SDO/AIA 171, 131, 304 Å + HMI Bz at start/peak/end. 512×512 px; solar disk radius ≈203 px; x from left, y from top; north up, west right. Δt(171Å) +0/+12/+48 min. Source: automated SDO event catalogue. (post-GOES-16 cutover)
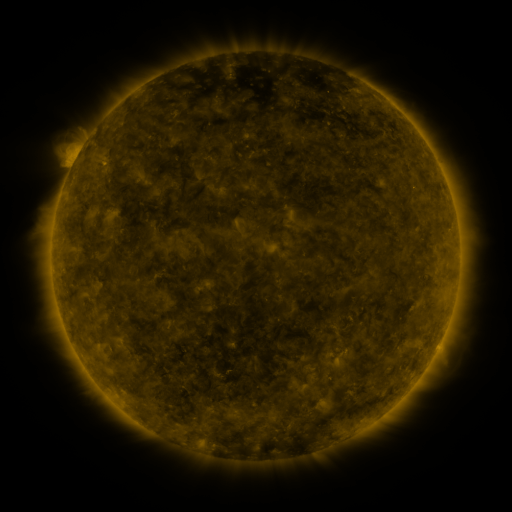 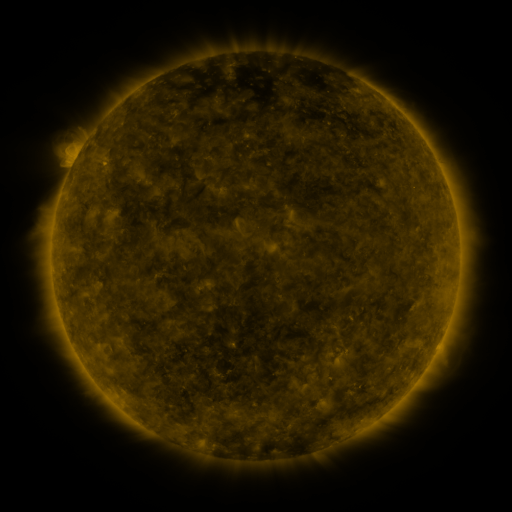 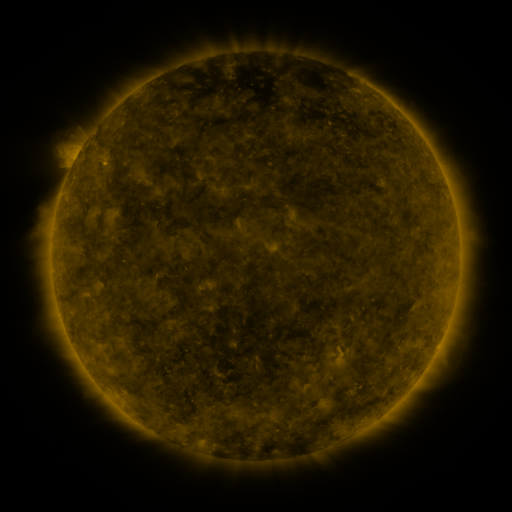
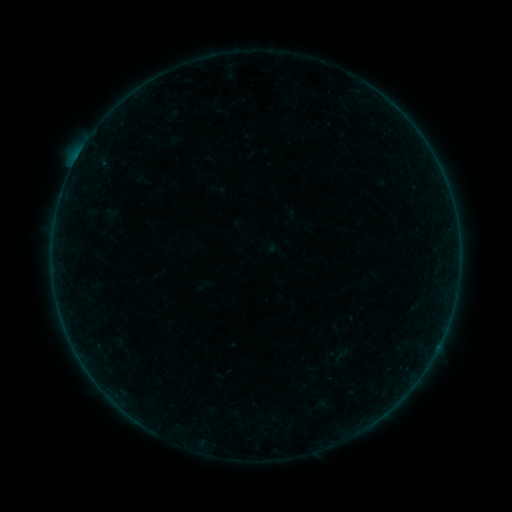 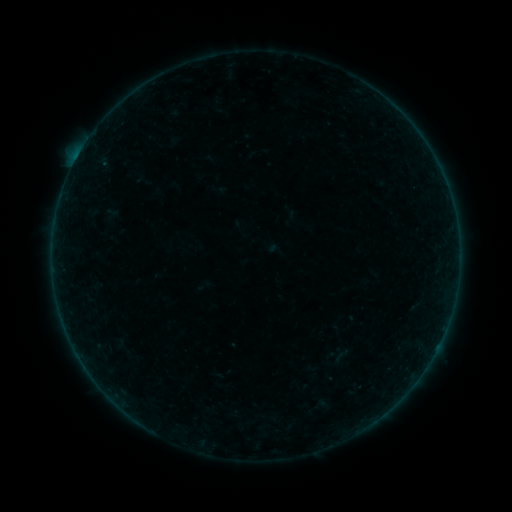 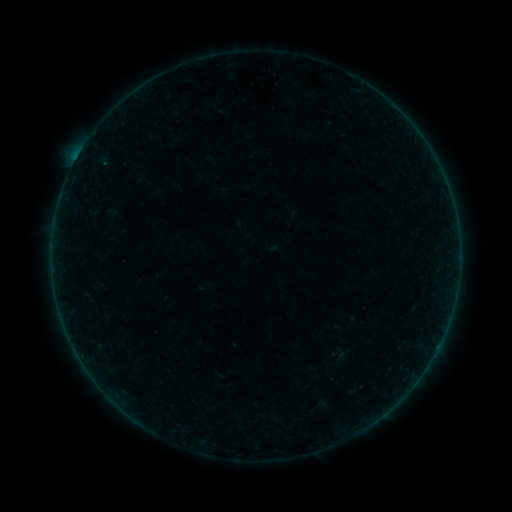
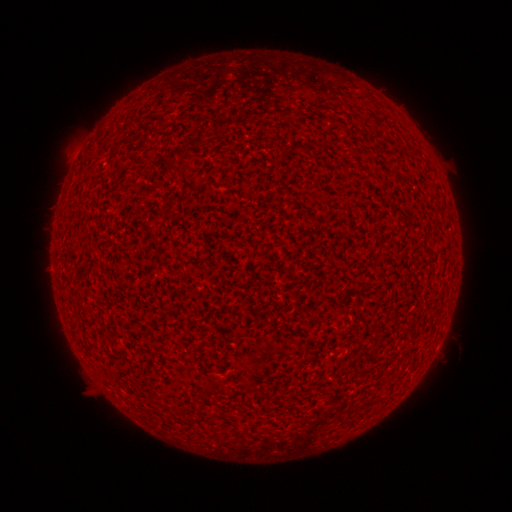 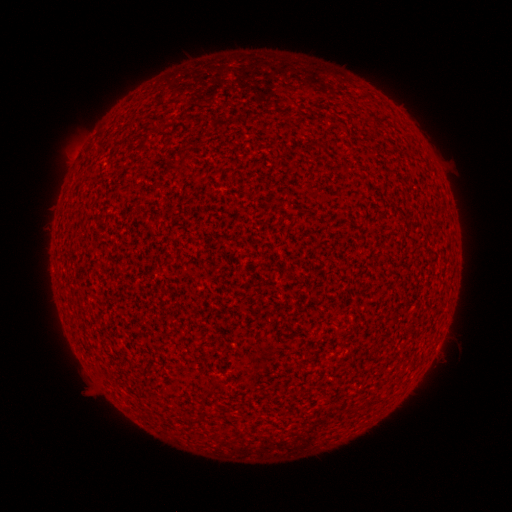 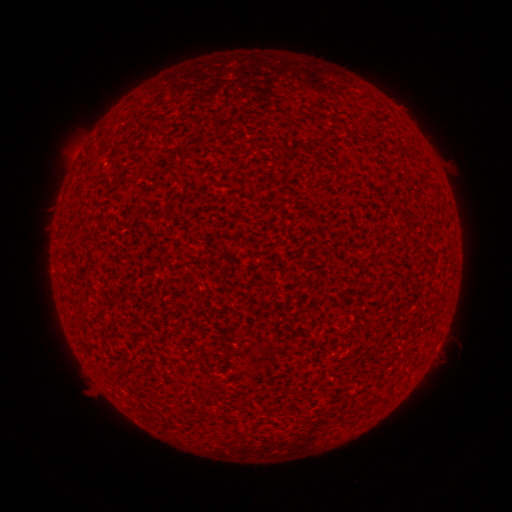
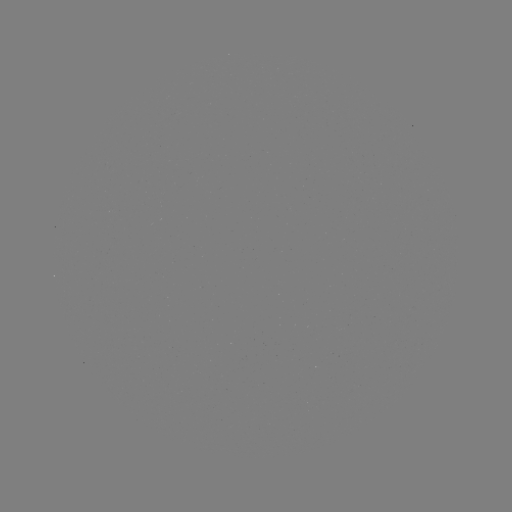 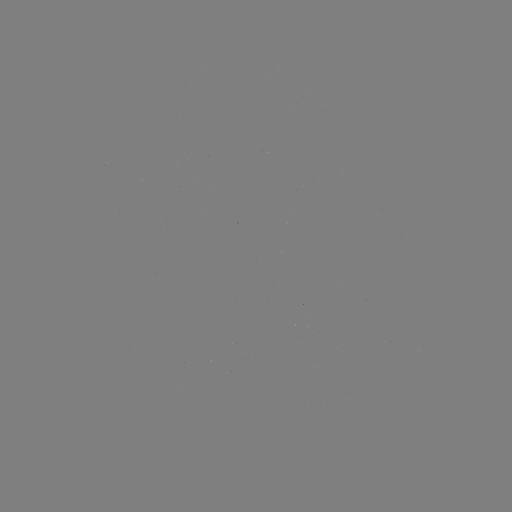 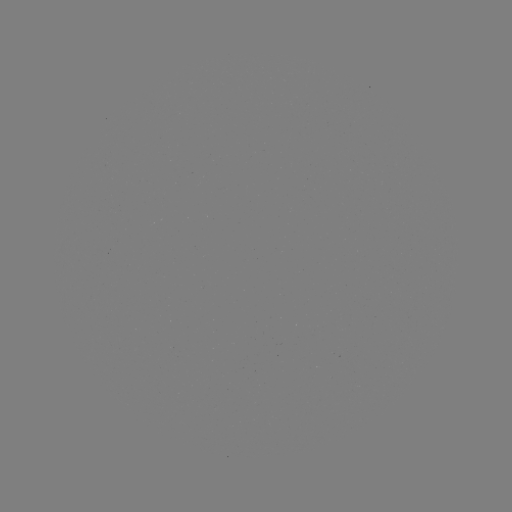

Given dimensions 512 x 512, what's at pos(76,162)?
A5.4 flare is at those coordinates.